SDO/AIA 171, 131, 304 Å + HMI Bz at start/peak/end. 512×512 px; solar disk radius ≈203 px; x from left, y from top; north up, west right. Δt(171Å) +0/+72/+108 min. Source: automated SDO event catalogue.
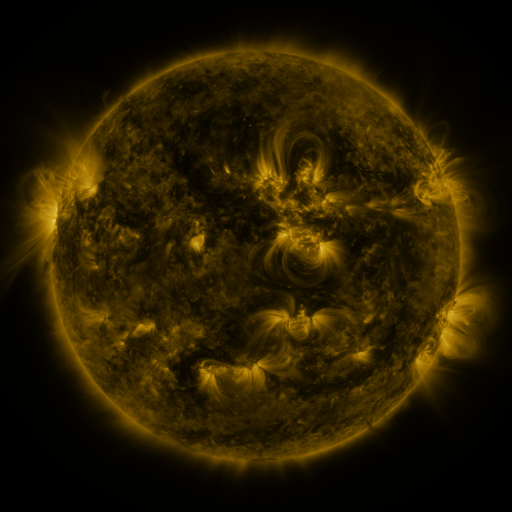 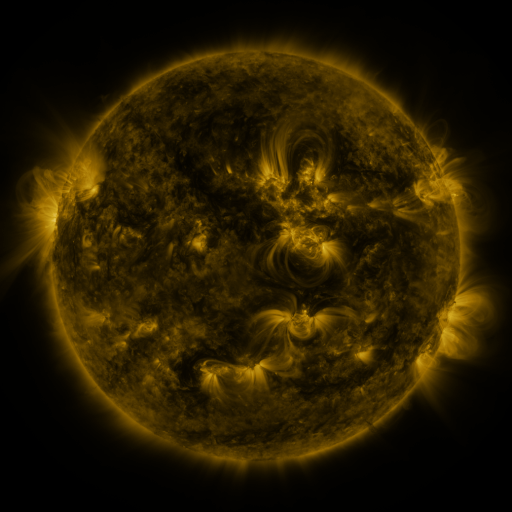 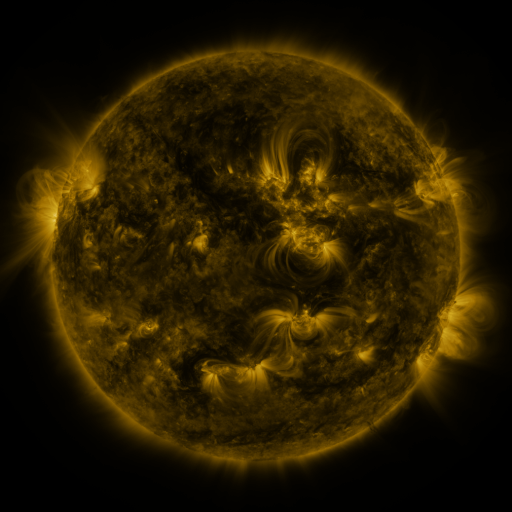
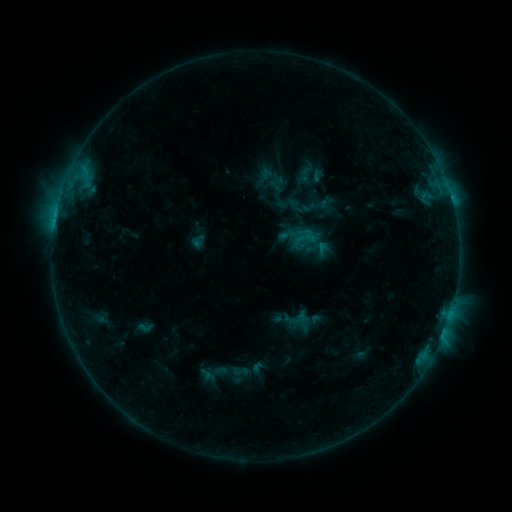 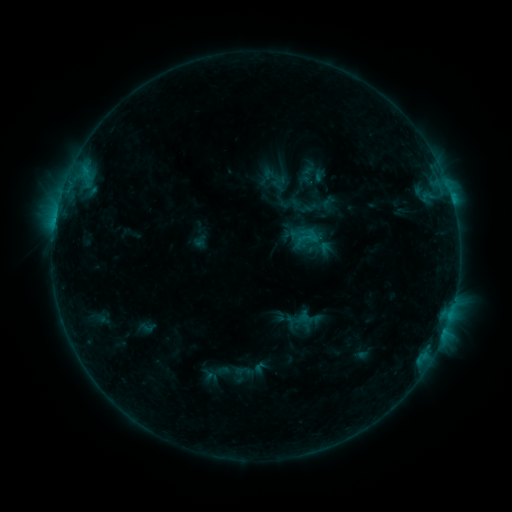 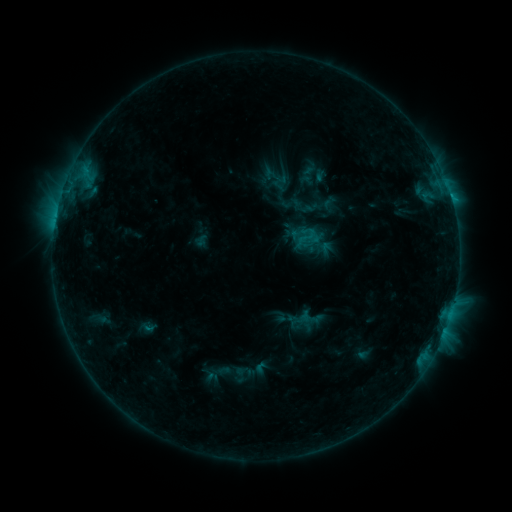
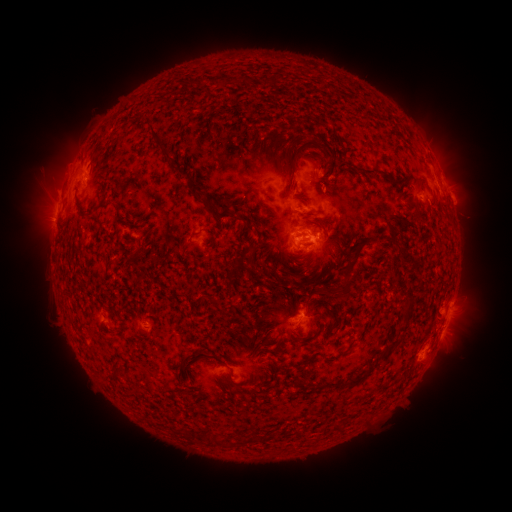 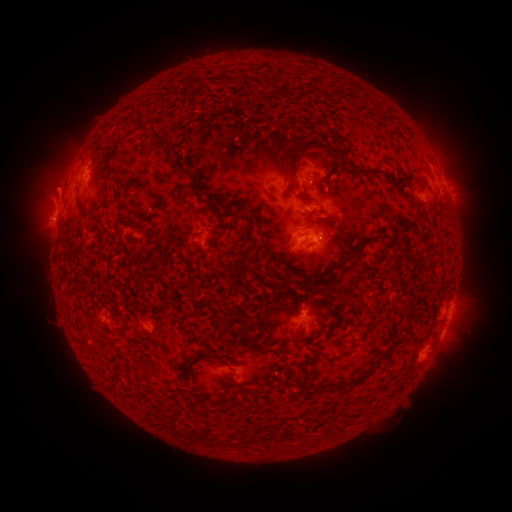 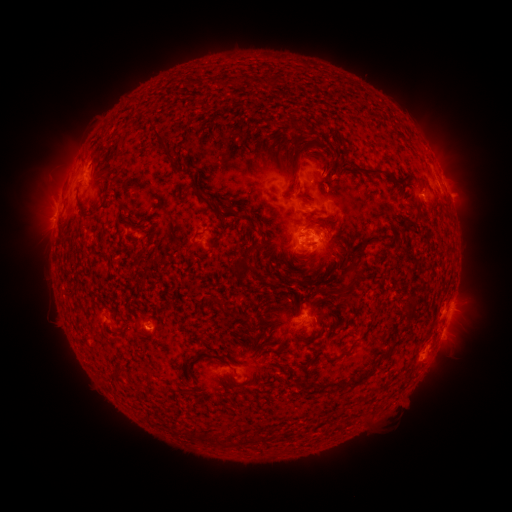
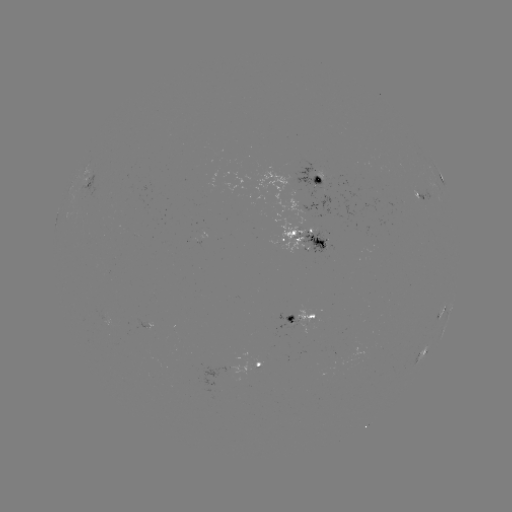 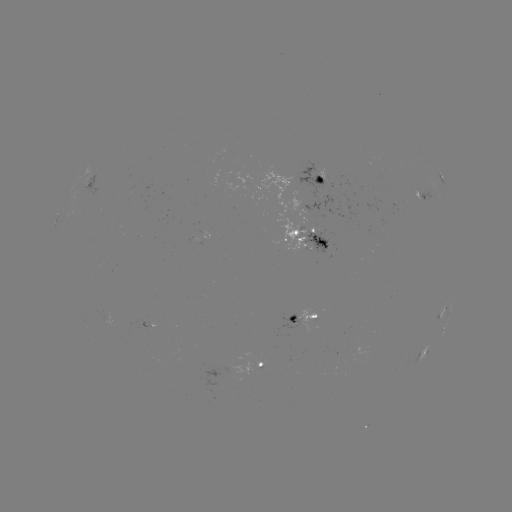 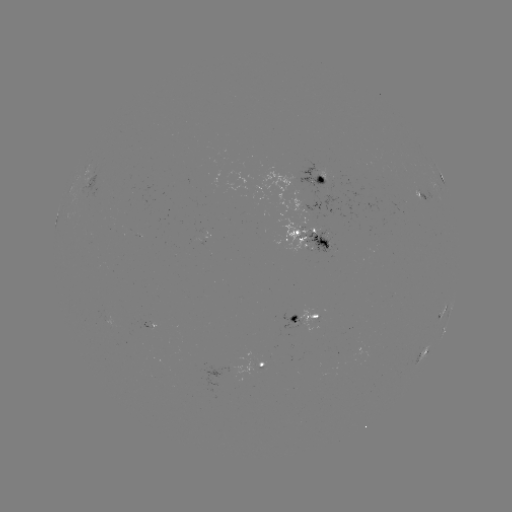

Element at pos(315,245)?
emerging-flux region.